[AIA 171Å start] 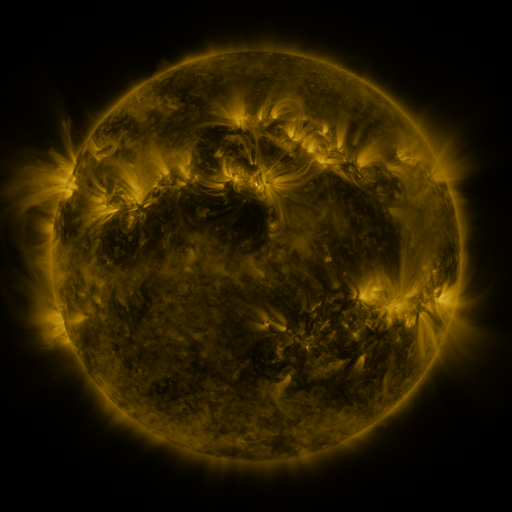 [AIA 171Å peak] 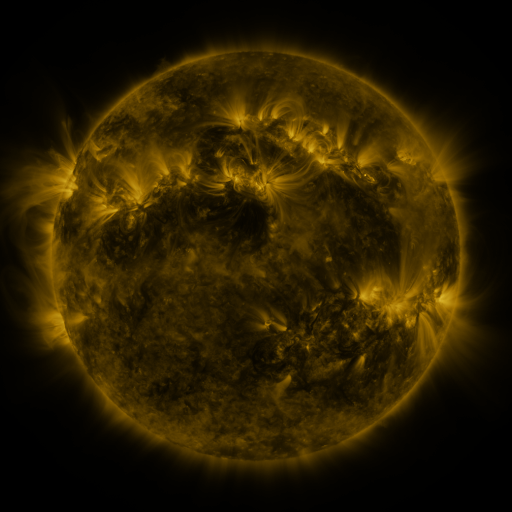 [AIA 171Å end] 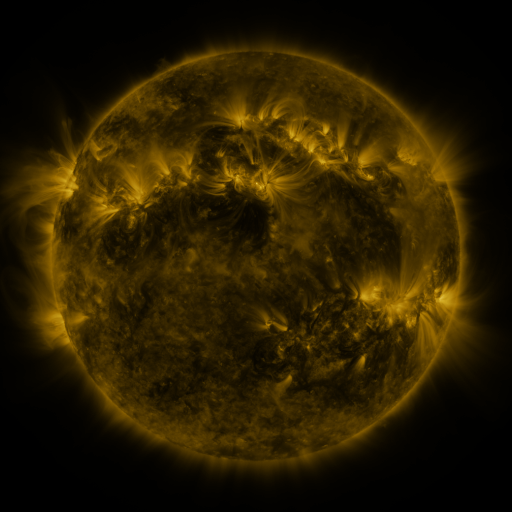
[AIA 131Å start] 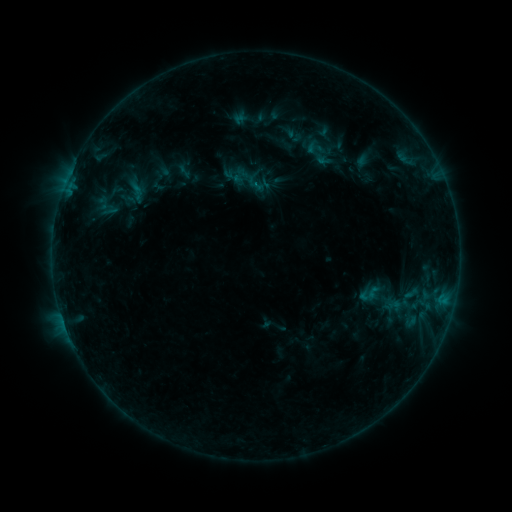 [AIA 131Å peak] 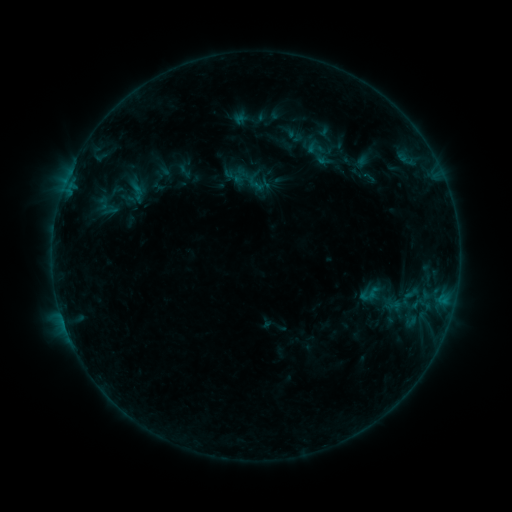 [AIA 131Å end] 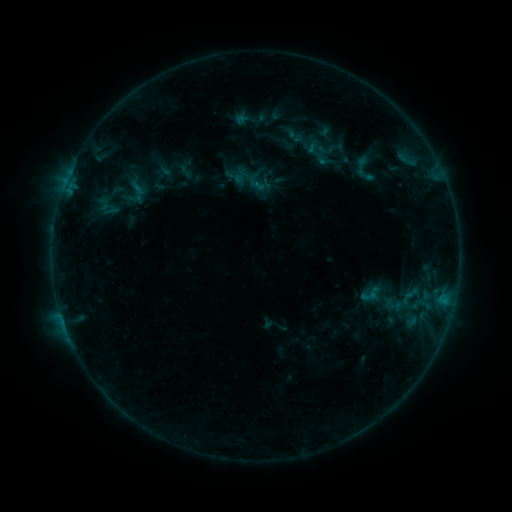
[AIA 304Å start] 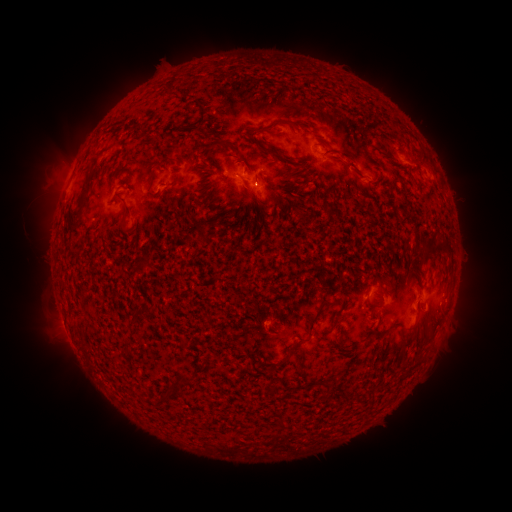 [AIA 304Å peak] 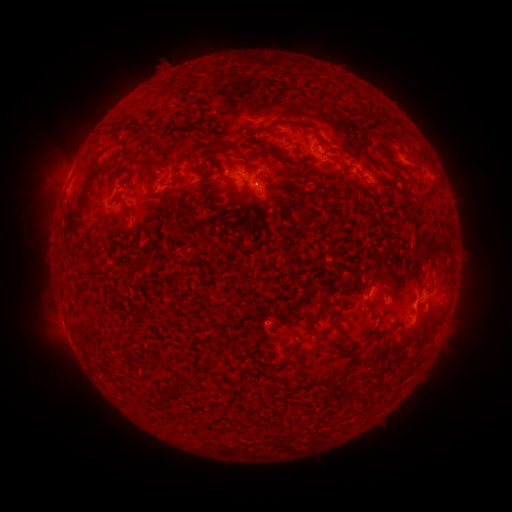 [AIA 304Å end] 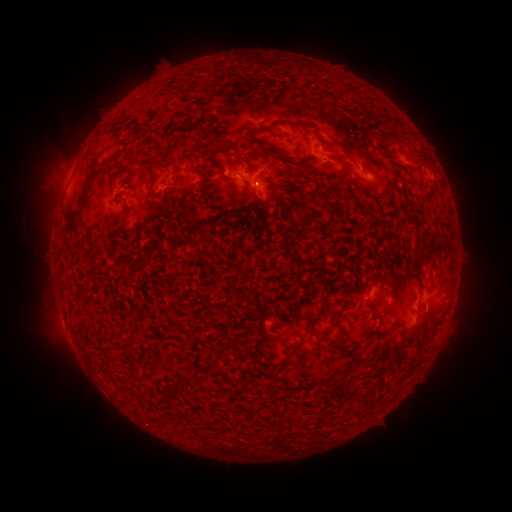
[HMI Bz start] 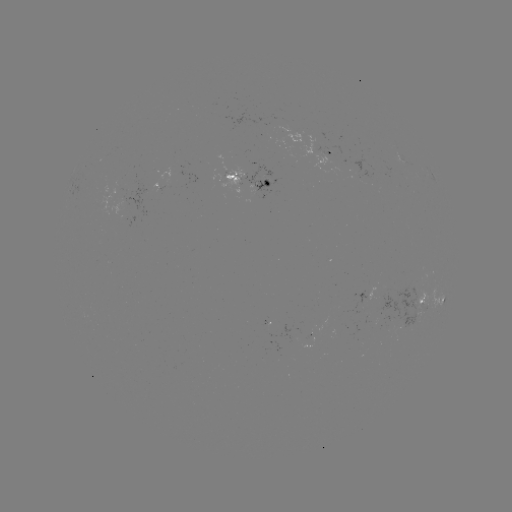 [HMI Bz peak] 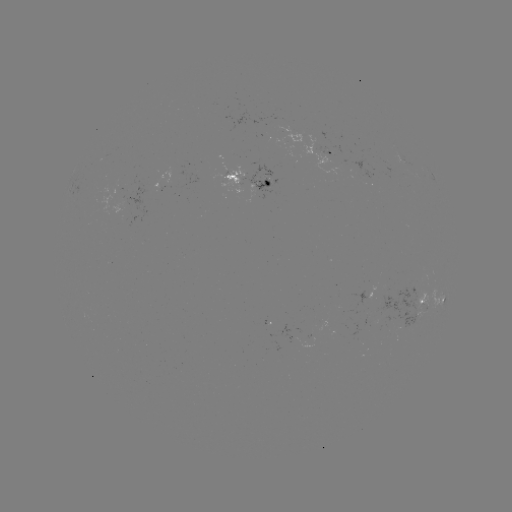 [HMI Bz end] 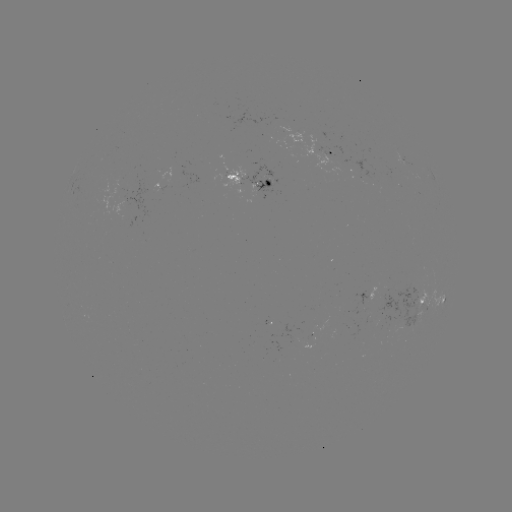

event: emerging-flux region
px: (246, 176)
